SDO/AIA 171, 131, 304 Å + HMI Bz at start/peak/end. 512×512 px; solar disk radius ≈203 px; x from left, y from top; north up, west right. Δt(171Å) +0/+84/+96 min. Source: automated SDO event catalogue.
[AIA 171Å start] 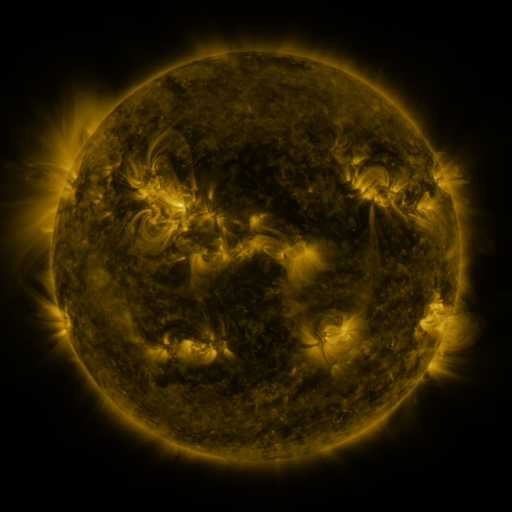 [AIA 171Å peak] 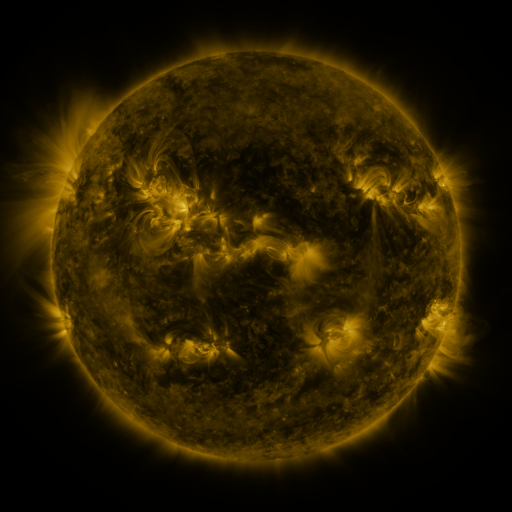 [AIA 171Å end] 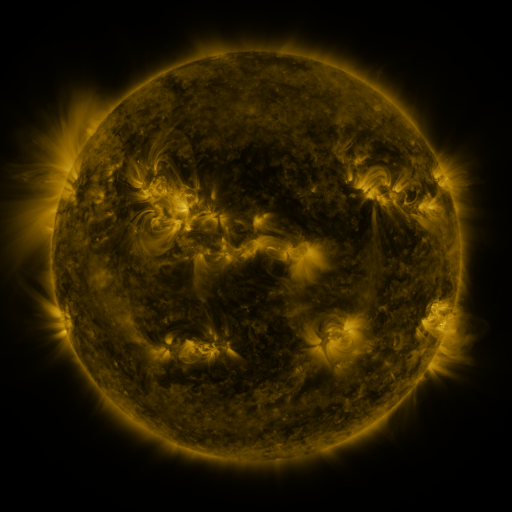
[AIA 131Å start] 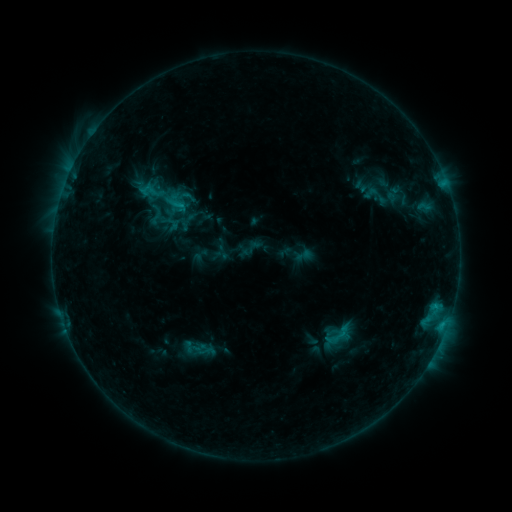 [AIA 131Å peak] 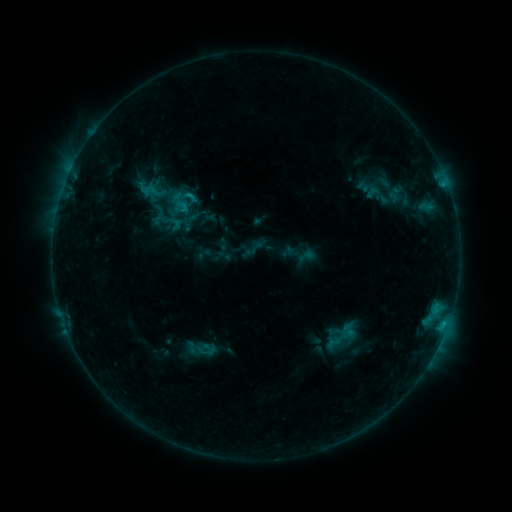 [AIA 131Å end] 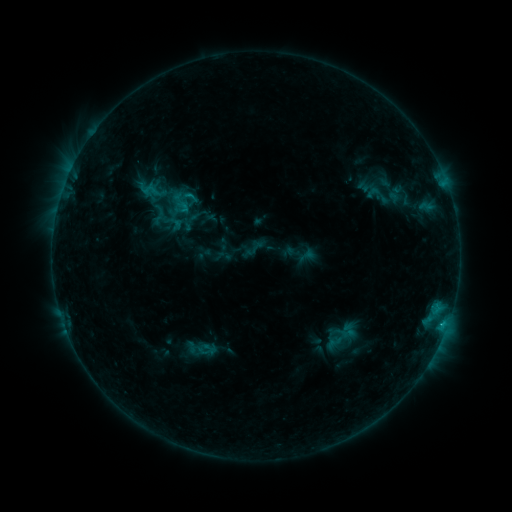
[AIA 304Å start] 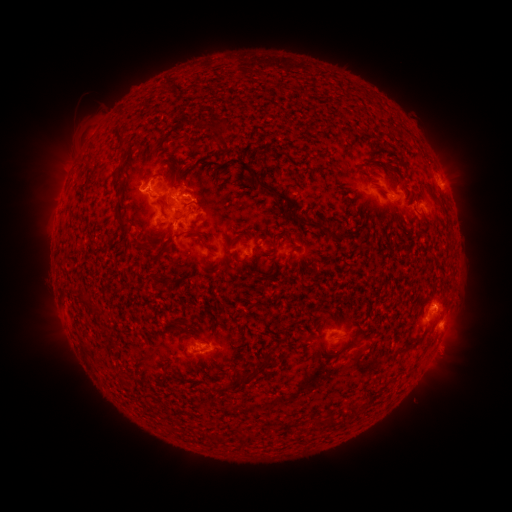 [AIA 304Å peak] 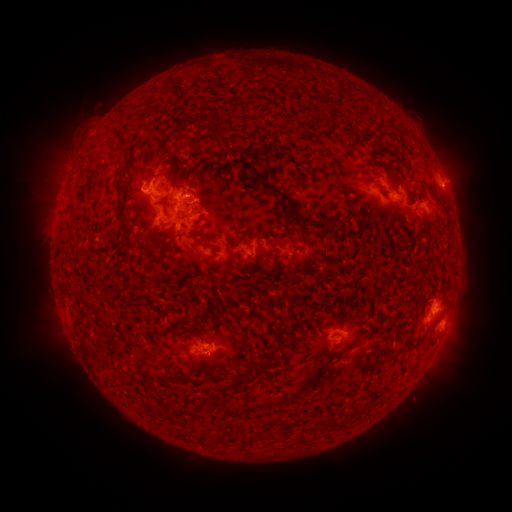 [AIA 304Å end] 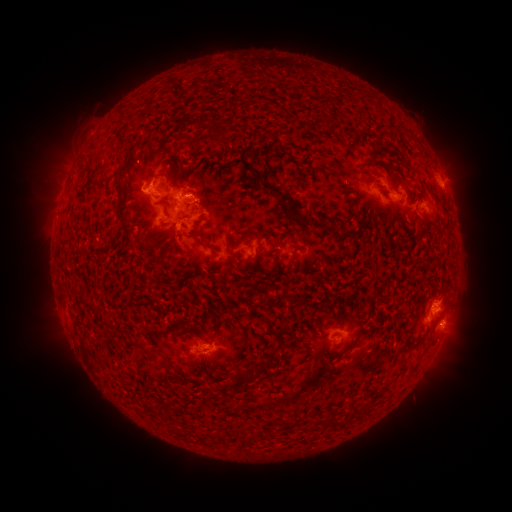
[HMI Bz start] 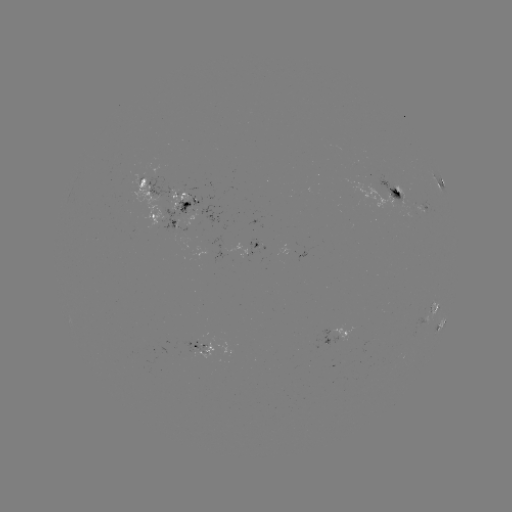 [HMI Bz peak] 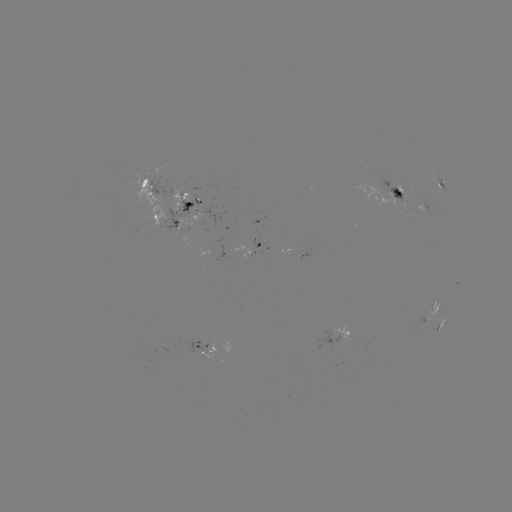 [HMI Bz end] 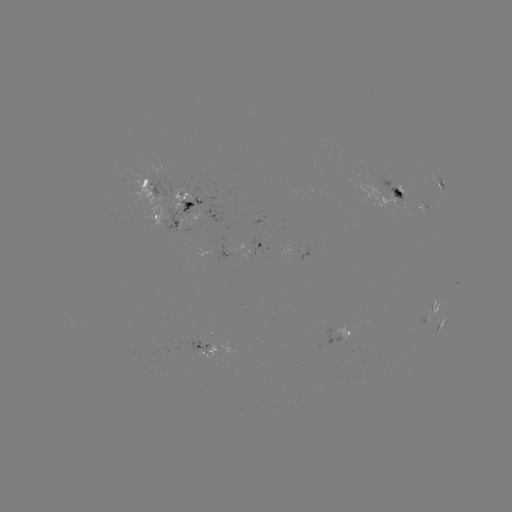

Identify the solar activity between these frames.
emerging-flux region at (203, 343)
